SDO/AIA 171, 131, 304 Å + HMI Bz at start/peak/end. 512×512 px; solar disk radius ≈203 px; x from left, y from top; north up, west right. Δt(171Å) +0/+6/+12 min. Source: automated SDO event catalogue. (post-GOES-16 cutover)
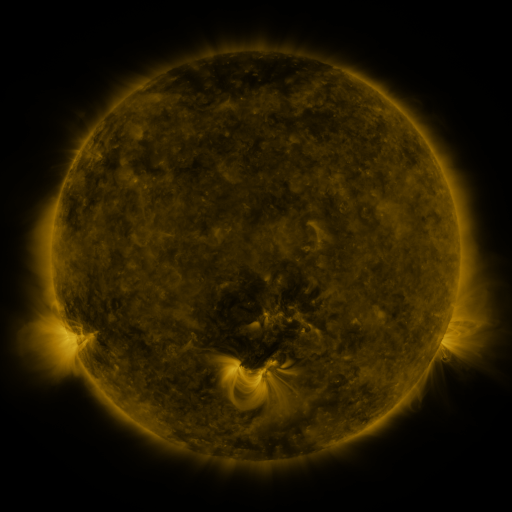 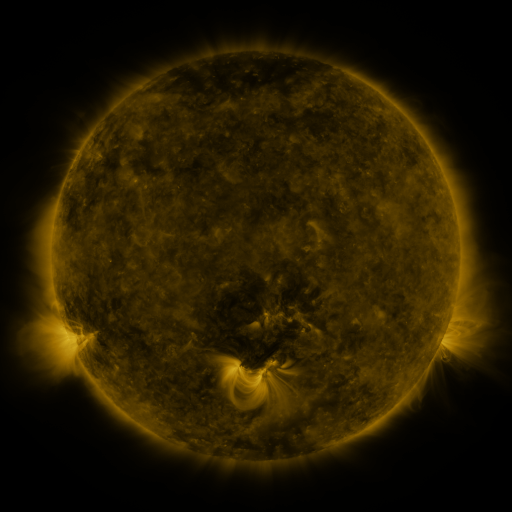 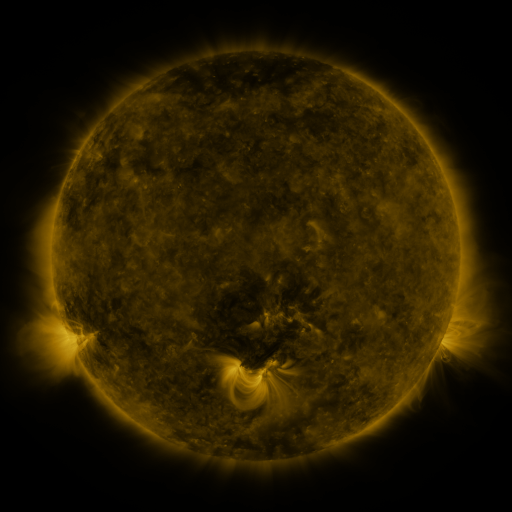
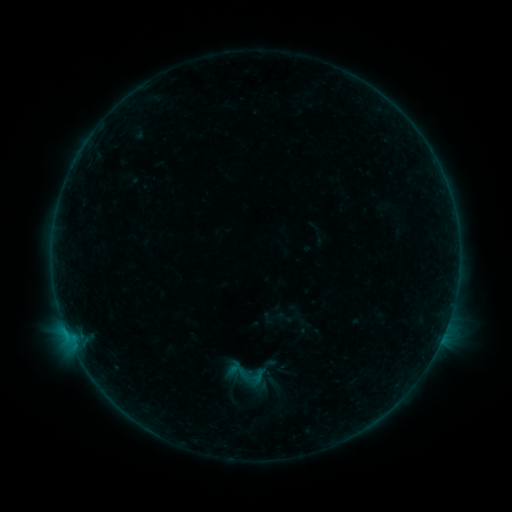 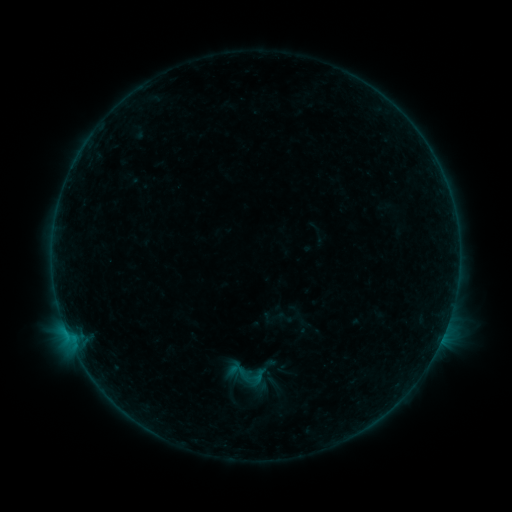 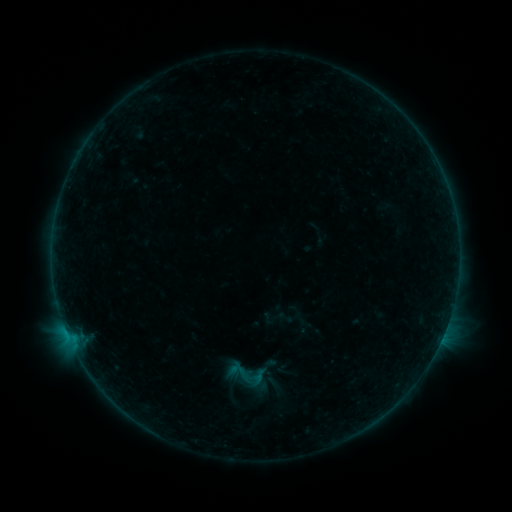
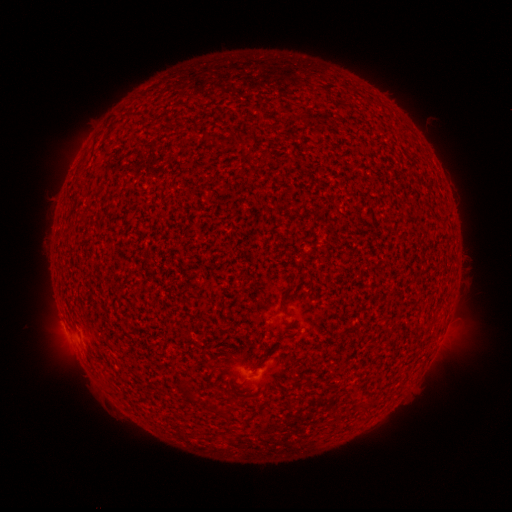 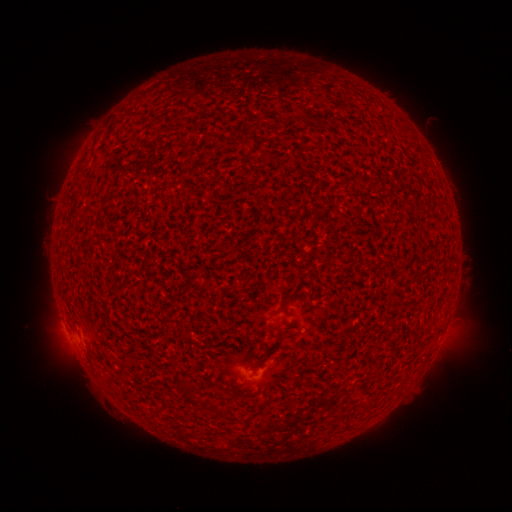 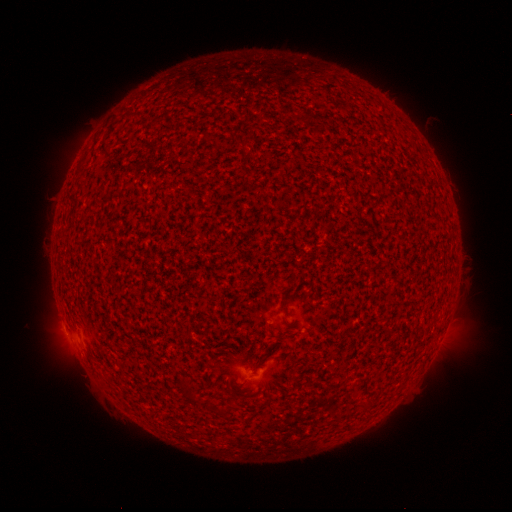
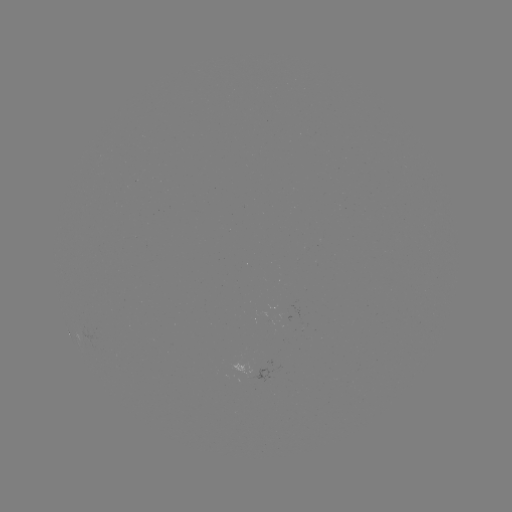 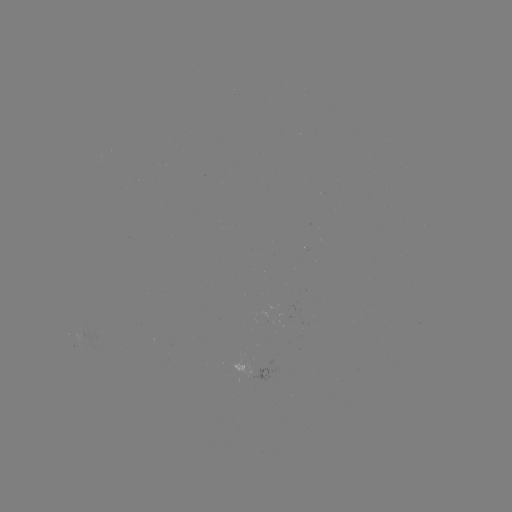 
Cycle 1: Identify B1.1 flare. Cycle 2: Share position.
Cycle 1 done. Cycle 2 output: (446, 325).